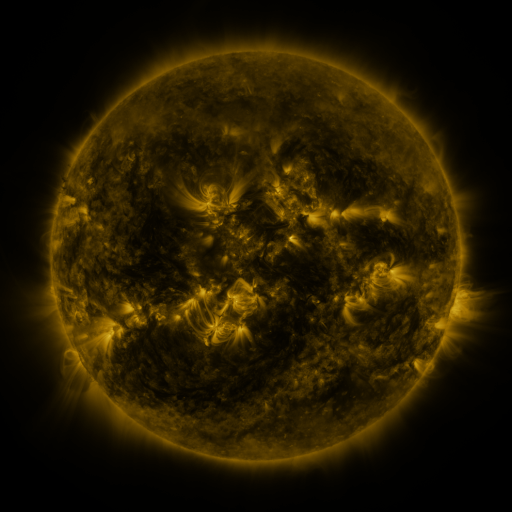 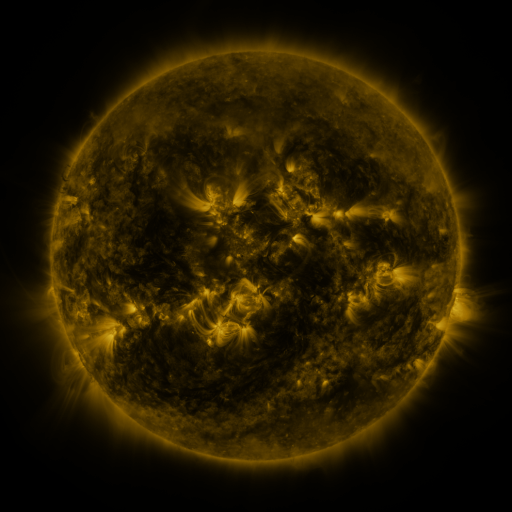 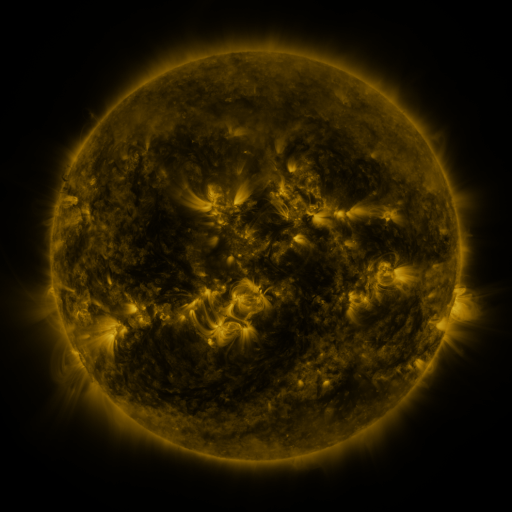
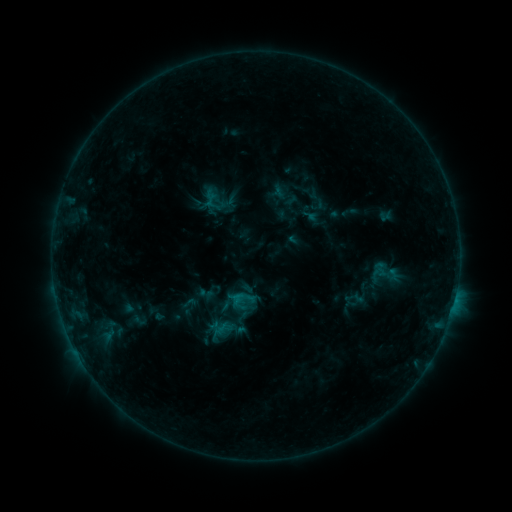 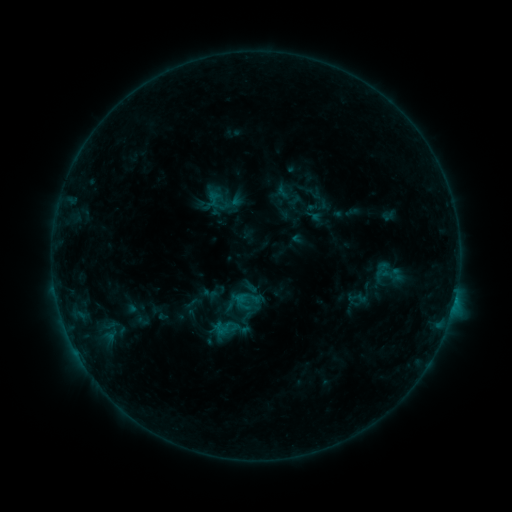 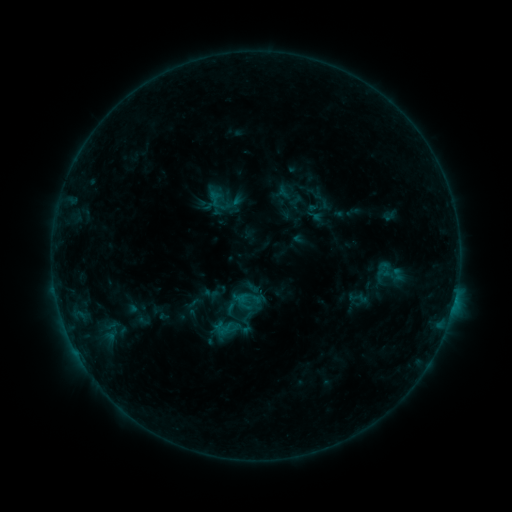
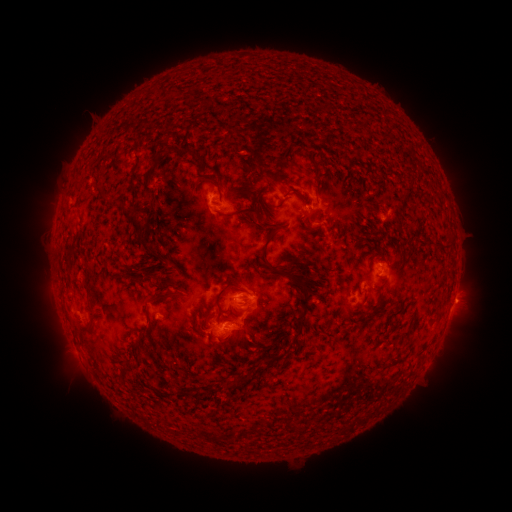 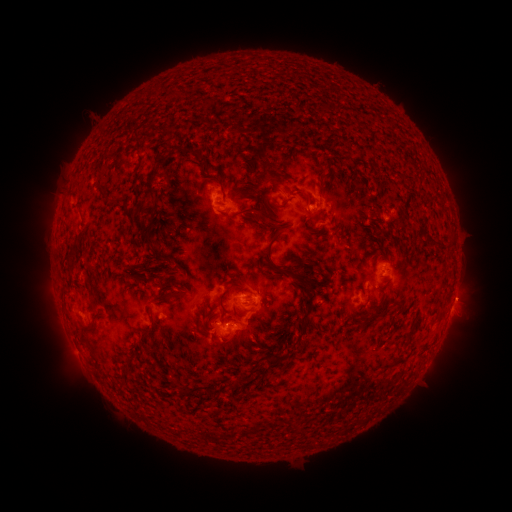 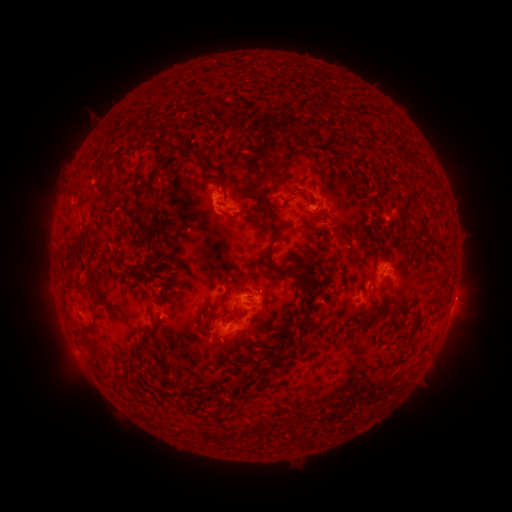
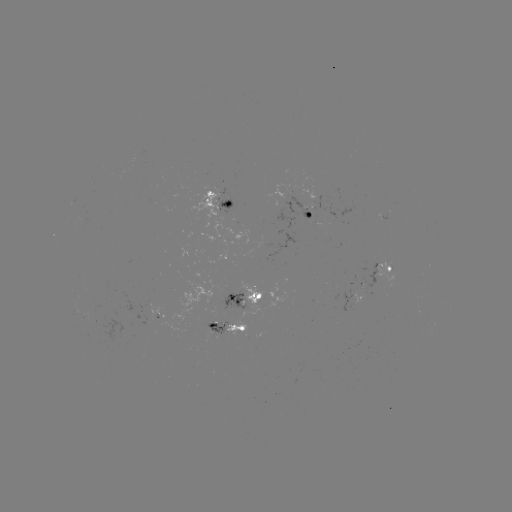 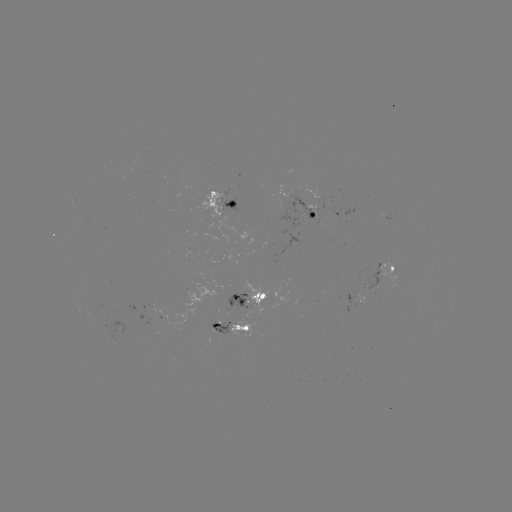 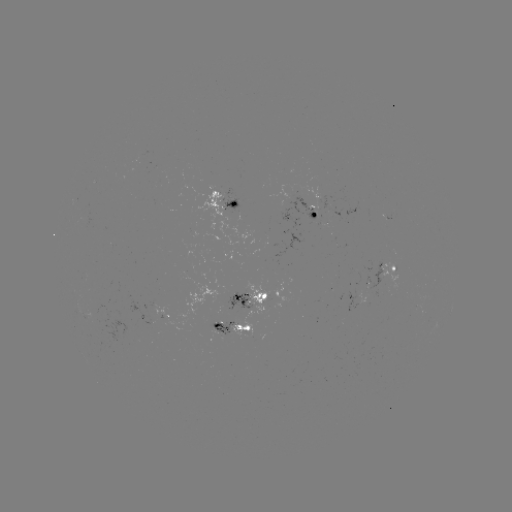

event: emerging-flux region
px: (230, 294)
